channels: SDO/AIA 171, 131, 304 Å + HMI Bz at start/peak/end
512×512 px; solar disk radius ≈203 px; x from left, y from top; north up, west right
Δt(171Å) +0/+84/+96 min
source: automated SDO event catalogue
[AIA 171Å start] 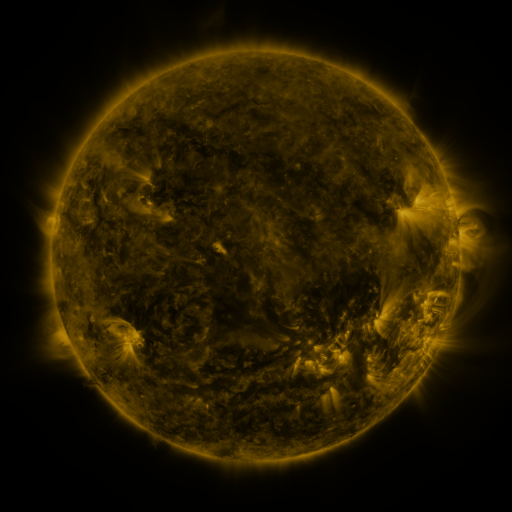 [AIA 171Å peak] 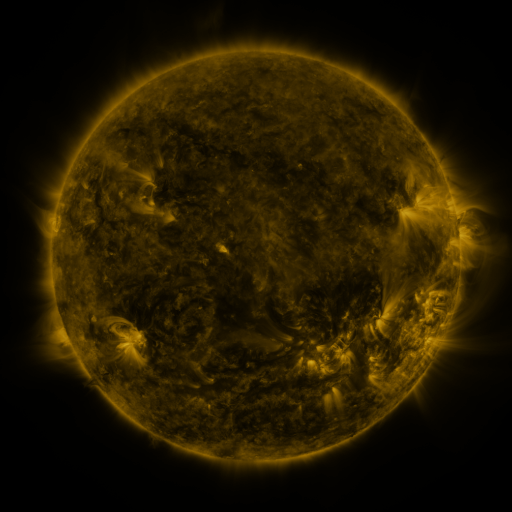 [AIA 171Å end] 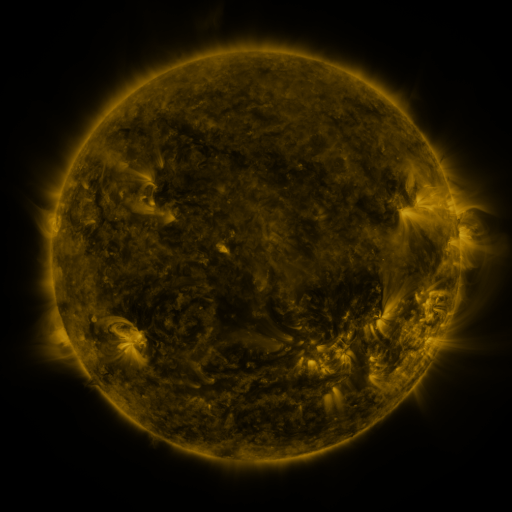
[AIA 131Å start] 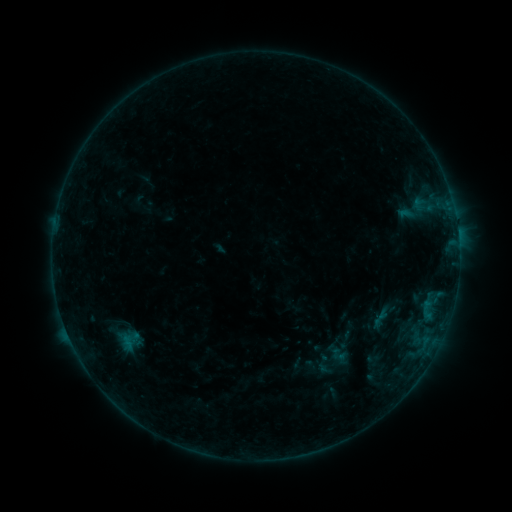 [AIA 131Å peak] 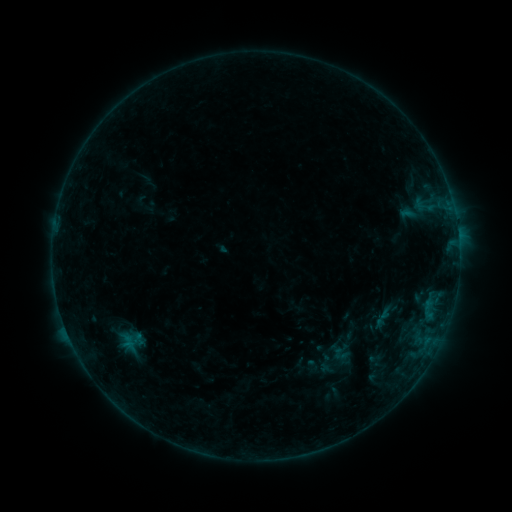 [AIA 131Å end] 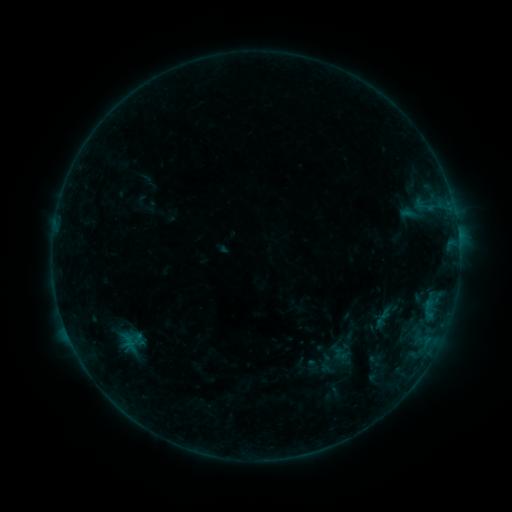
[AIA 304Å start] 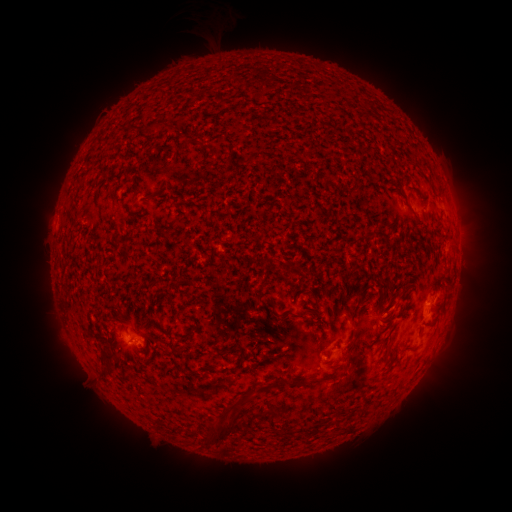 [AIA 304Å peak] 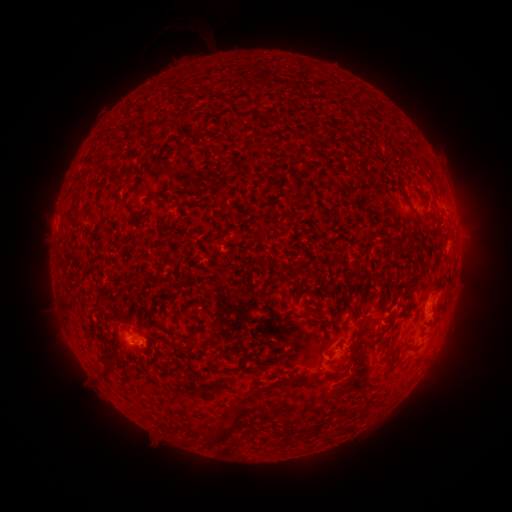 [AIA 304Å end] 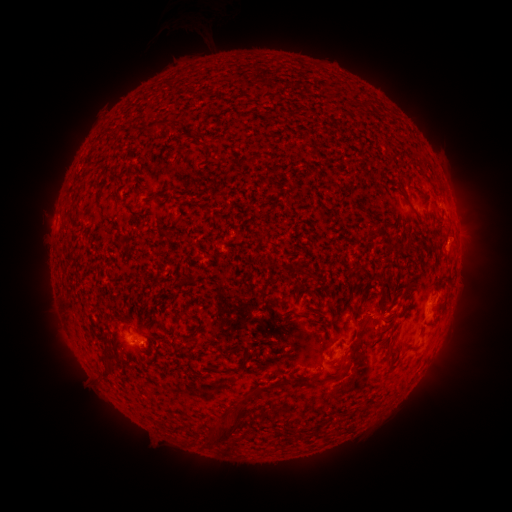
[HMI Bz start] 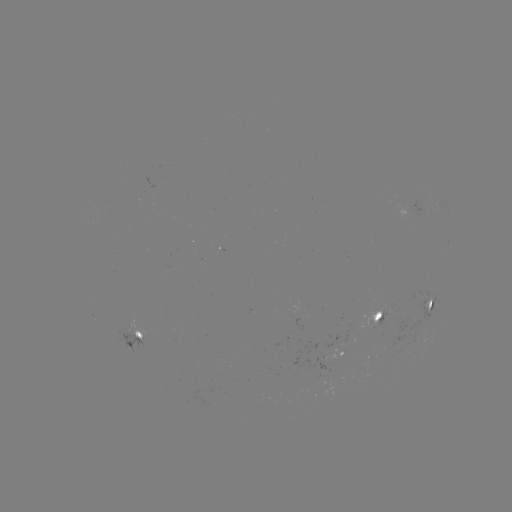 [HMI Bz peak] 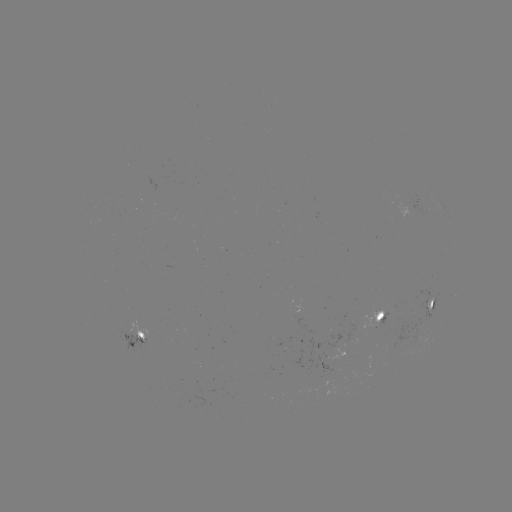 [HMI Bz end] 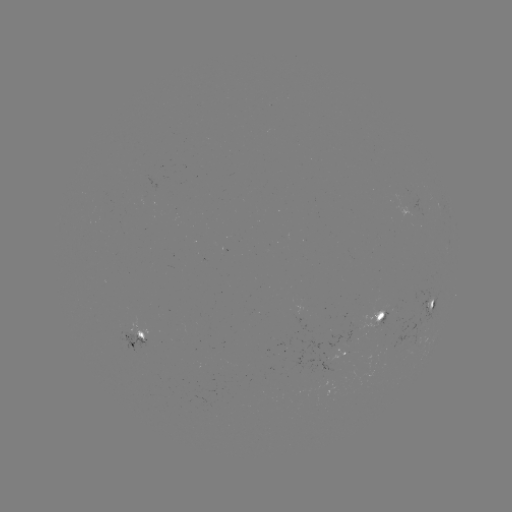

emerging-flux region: <bbox>363, 304, 395, 330</bbox>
